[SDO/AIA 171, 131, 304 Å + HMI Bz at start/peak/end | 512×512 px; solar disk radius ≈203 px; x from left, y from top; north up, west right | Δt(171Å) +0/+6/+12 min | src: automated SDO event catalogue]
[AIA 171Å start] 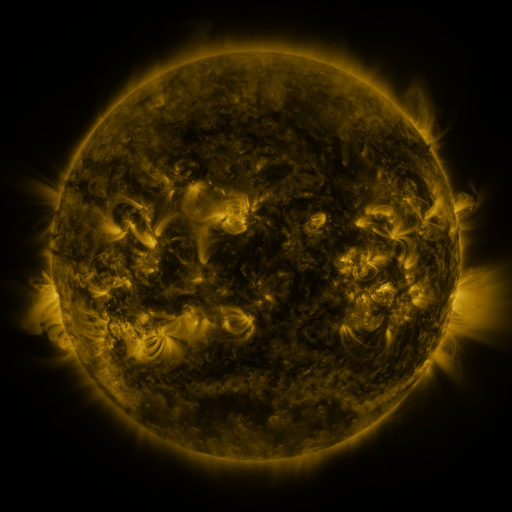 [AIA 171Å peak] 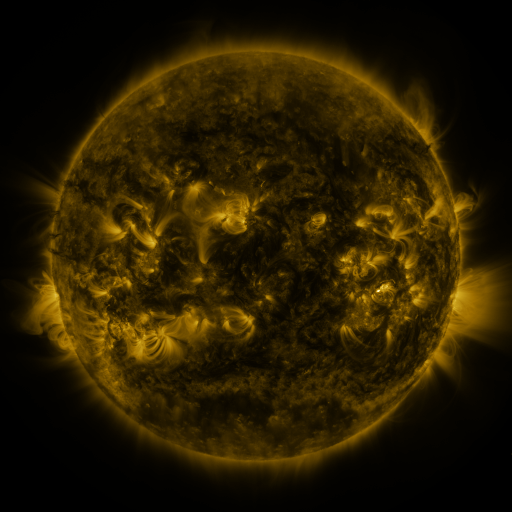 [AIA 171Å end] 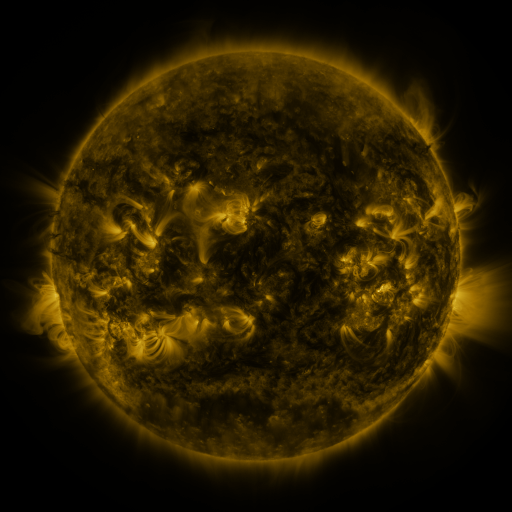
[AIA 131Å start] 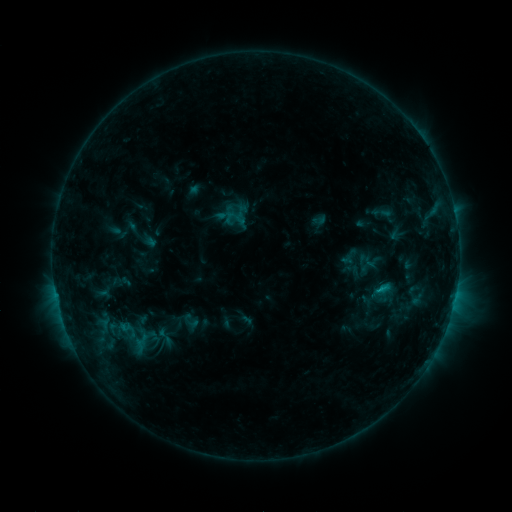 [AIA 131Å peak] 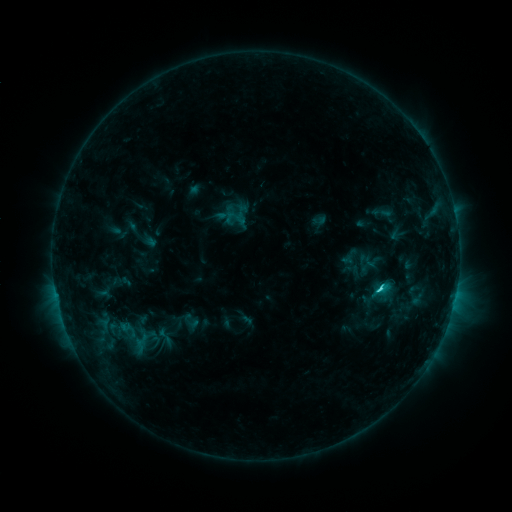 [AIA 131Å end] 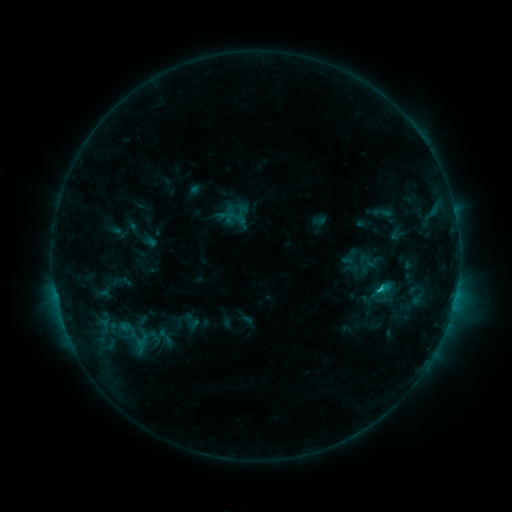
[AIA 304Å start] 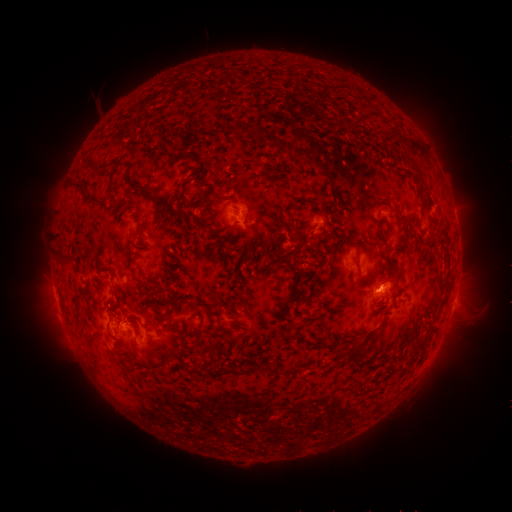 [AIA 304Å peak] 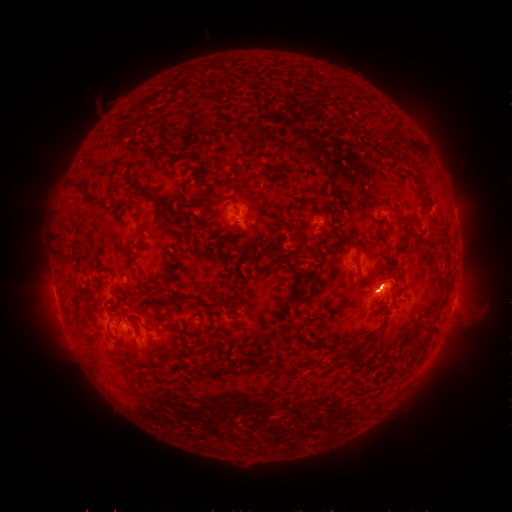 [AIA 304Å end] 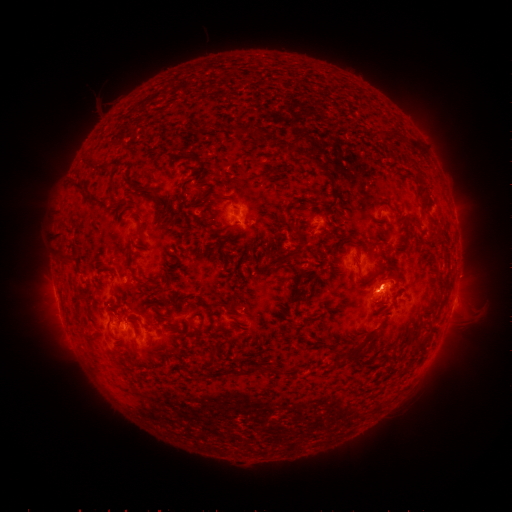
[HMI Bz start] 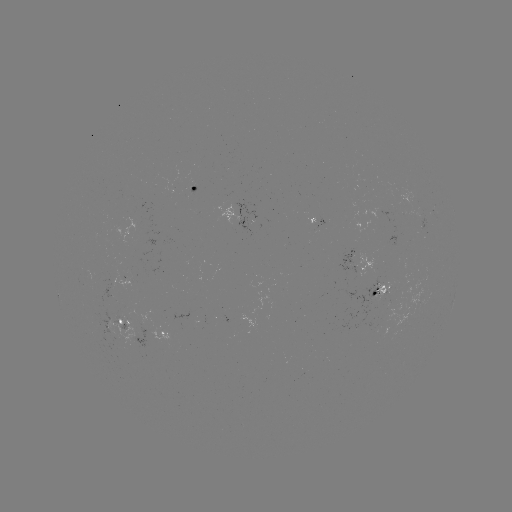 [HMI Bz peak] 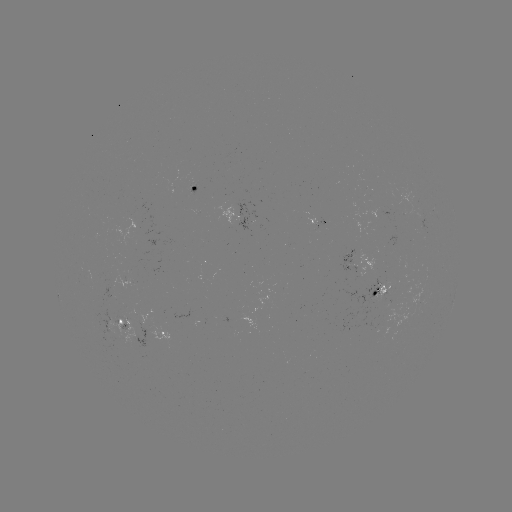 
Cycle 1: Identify C1.7 flare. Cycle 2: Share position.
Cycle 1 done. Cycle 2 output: [379, 288].